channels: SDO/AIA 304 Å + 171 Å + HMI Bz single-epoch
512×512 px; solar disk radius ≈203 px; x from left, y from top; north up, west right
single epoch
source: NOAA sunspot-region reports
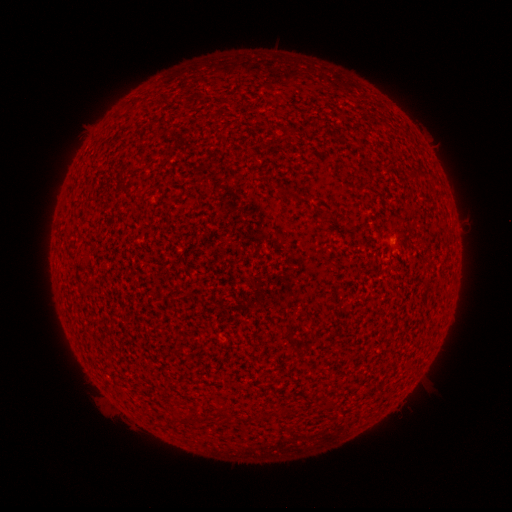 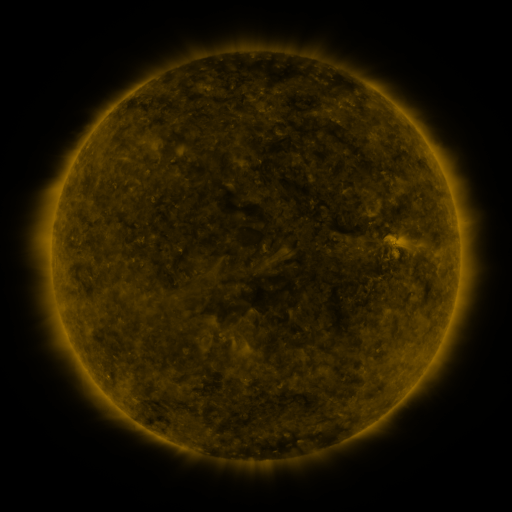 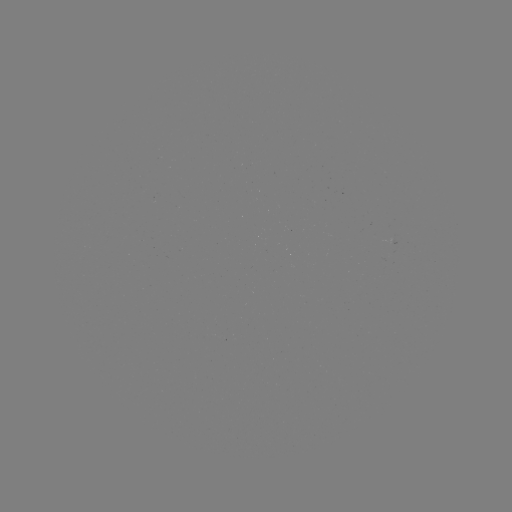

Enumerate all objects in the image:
(none)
